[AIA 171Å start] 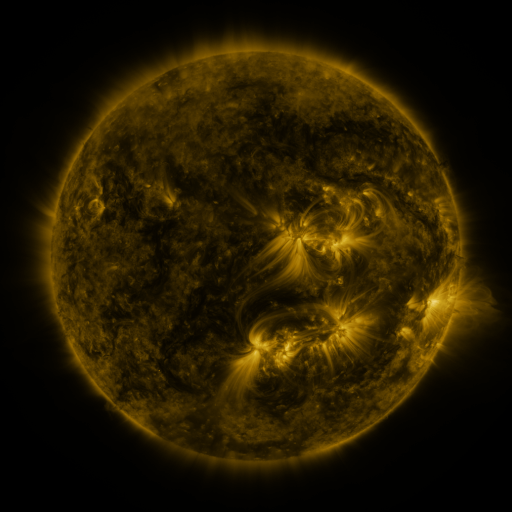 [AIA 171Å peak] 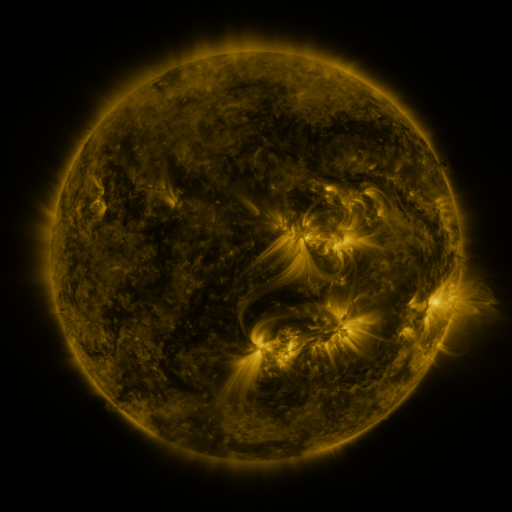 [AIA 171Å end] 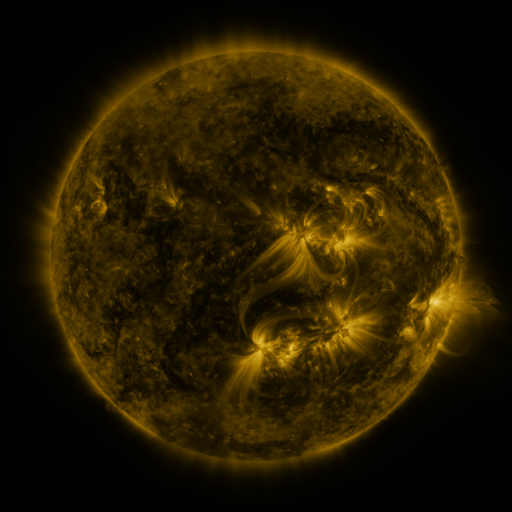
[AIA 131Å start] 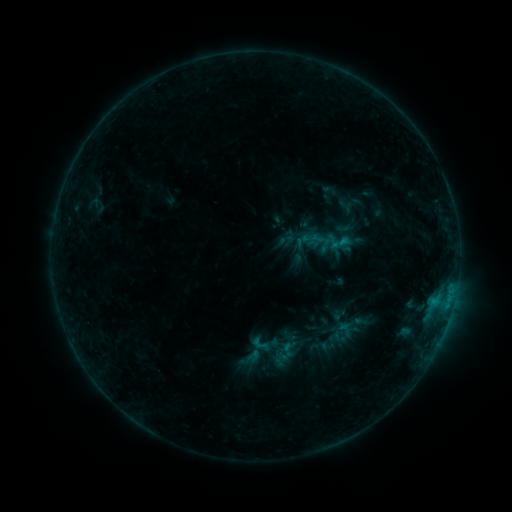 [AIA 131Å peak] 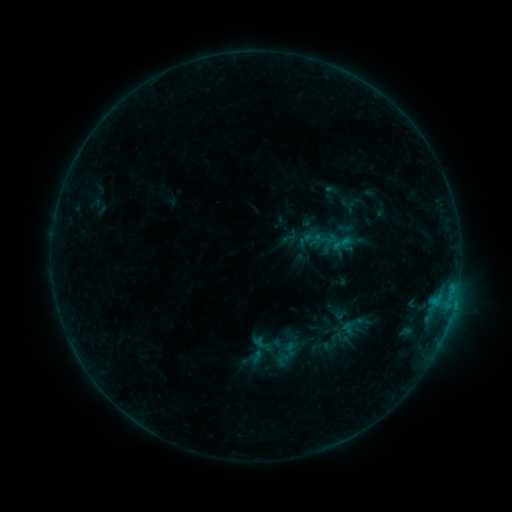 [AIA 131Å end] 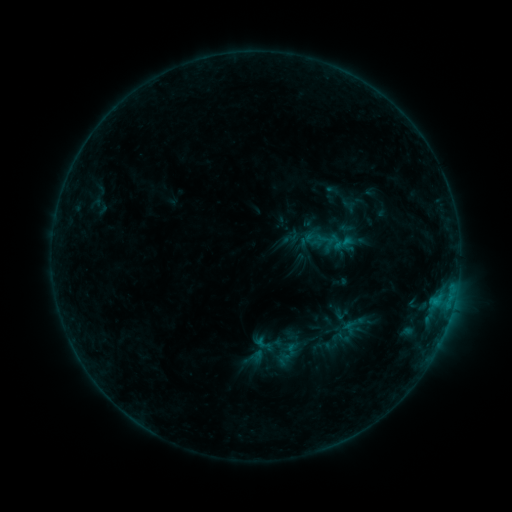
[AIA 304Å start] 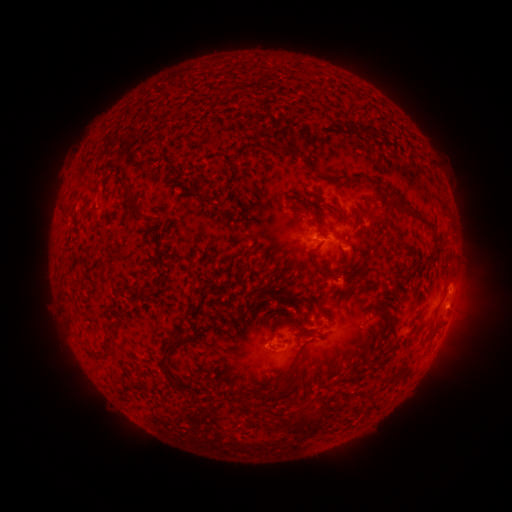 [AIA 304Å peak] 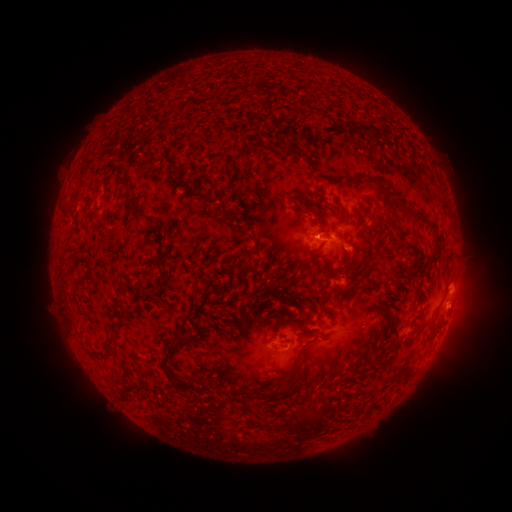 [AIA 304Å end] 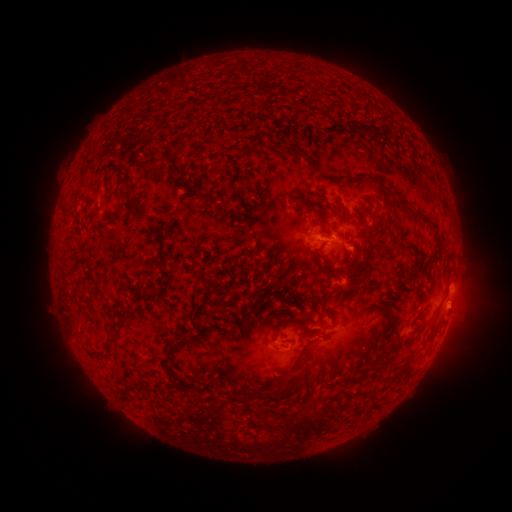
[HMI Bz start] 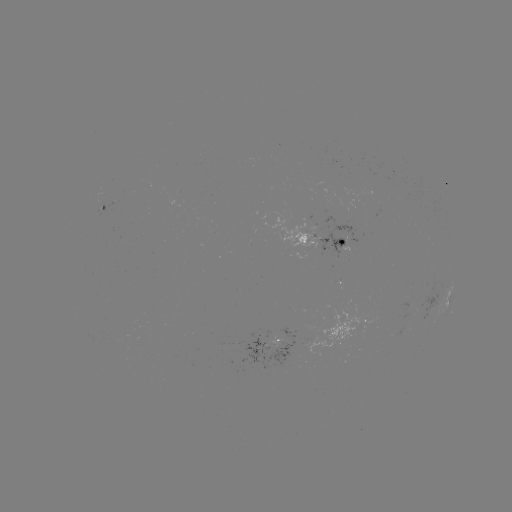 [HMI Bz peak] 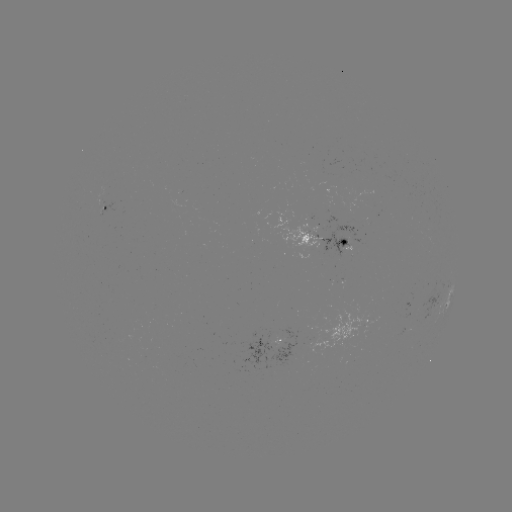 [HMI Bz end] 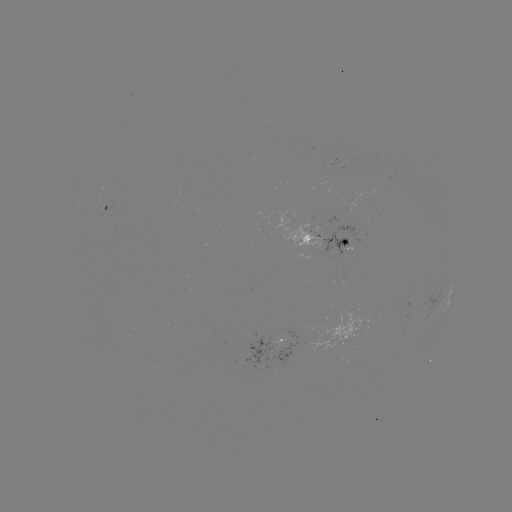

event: emerging-flux region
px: (100, 201)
